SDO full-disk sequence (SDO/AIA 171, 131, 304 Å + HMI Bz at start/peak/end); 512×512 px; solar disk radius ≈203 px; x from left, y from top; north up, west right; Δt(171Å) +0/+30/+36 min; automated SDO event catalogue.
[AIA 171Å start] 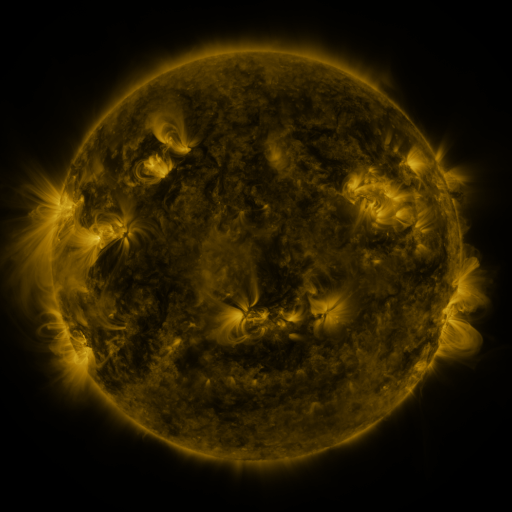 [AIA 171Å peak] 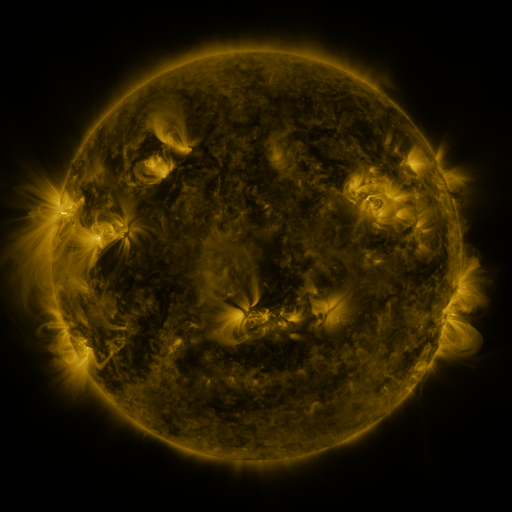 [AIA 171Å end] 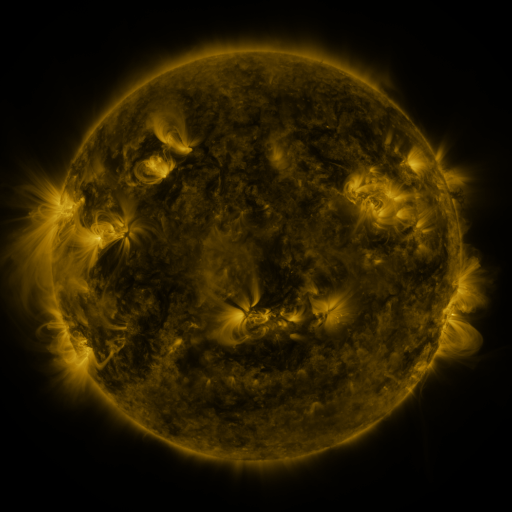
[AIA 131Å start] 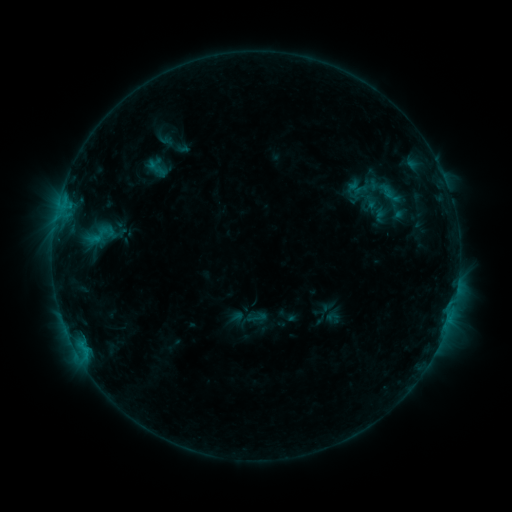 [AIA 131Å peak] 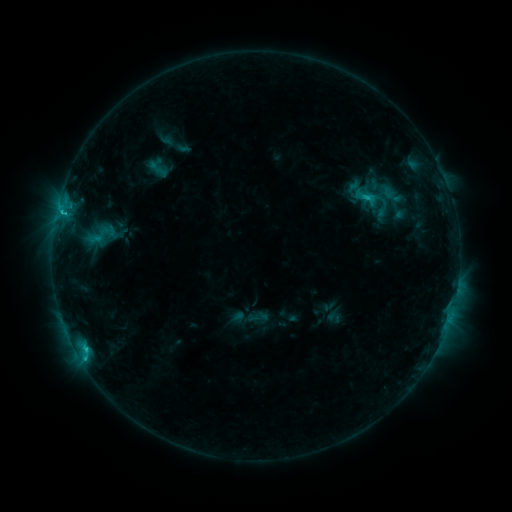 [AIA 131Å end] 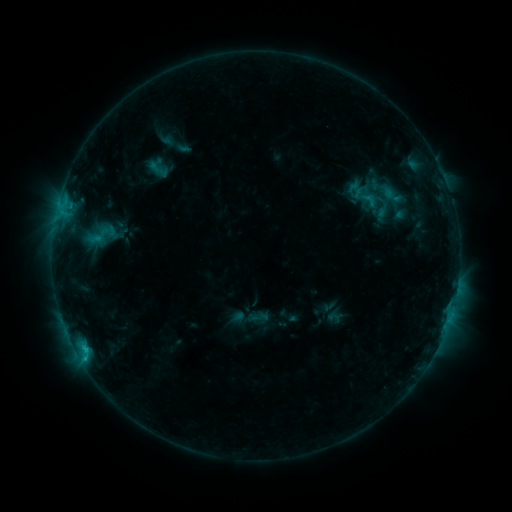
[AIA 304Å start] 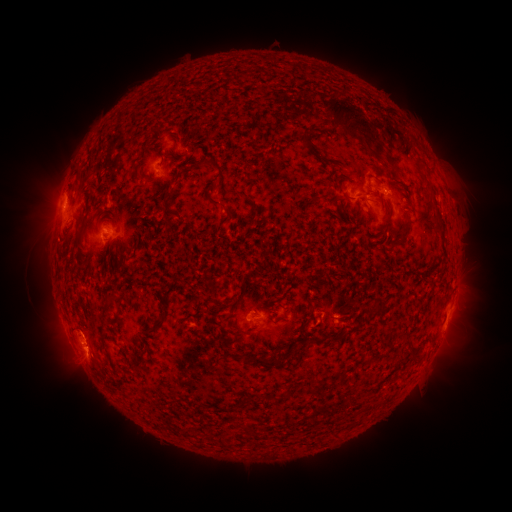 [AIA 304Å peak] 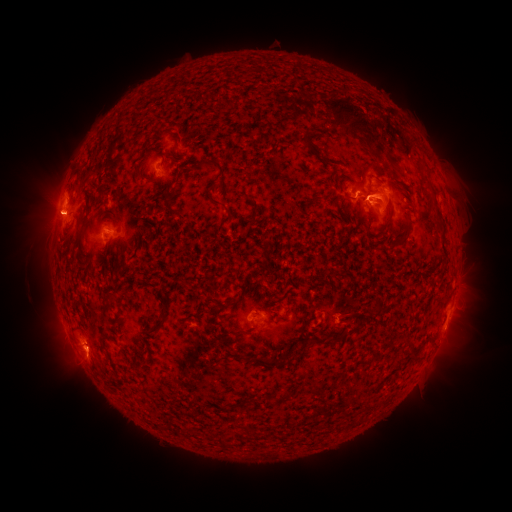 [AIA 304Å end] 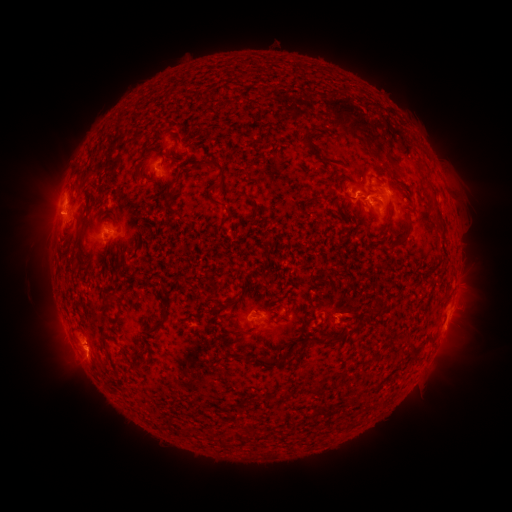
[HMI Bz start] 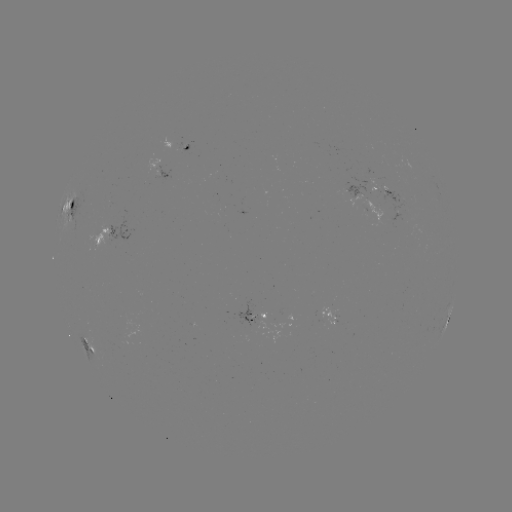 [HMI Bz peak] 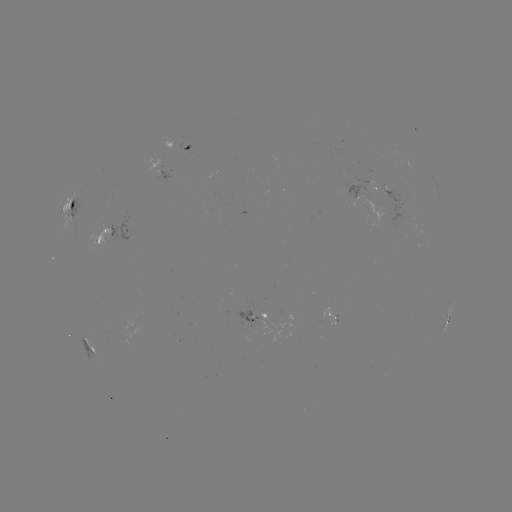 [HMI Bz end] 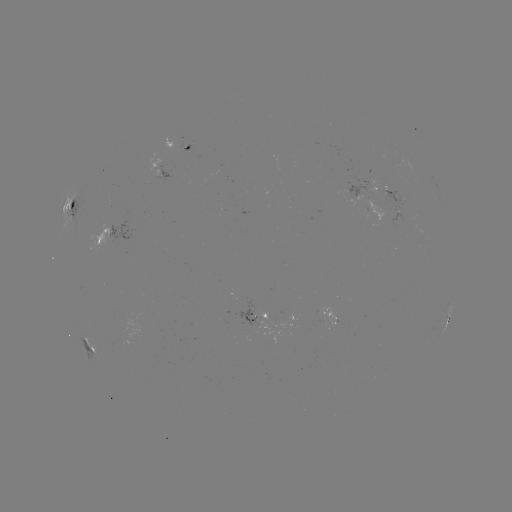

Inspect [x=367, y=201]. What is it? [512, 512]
C2.8 flare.